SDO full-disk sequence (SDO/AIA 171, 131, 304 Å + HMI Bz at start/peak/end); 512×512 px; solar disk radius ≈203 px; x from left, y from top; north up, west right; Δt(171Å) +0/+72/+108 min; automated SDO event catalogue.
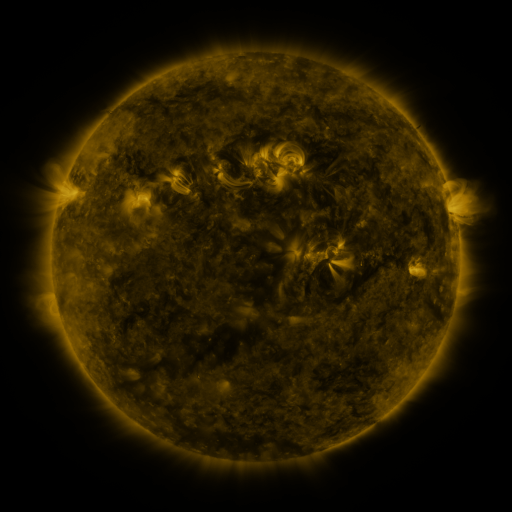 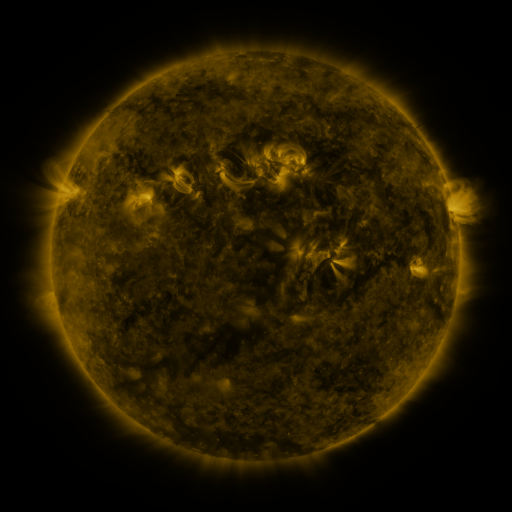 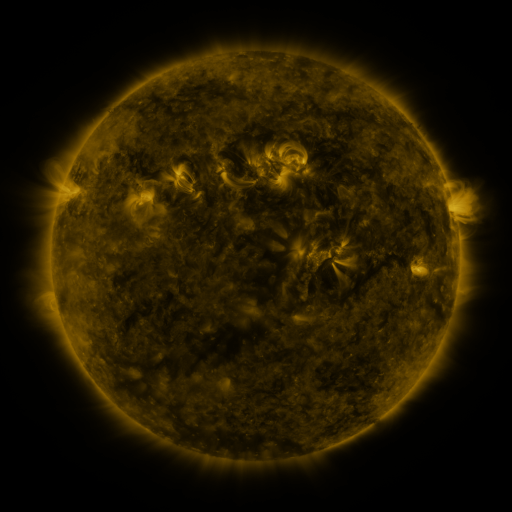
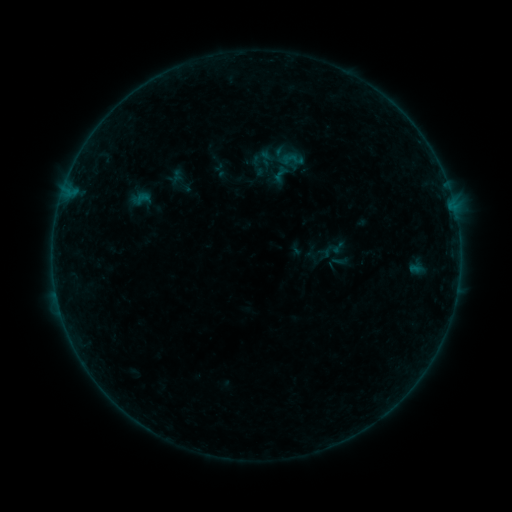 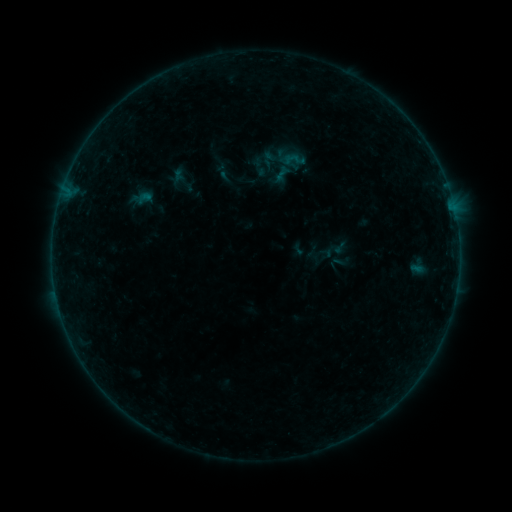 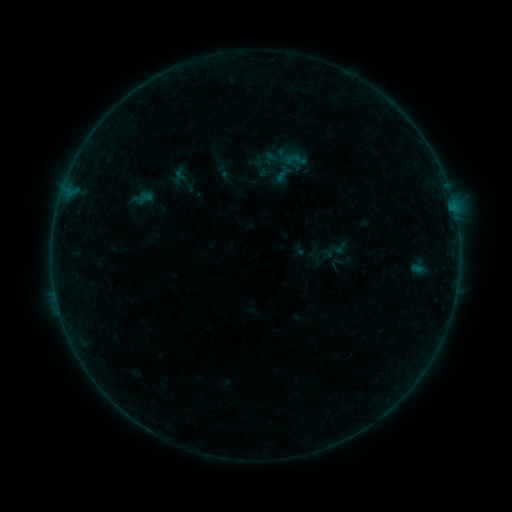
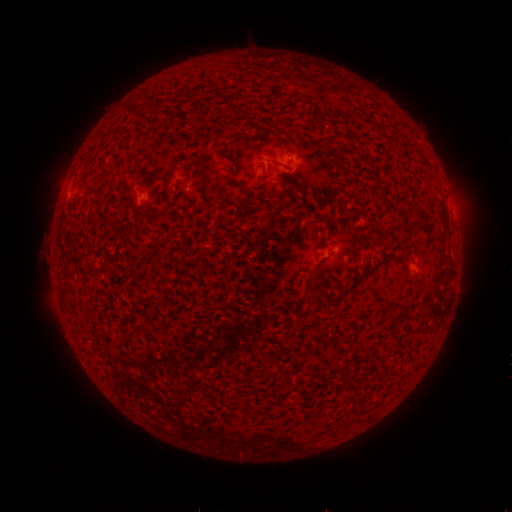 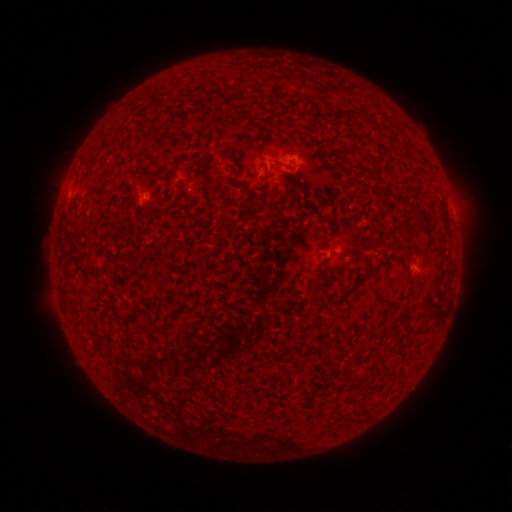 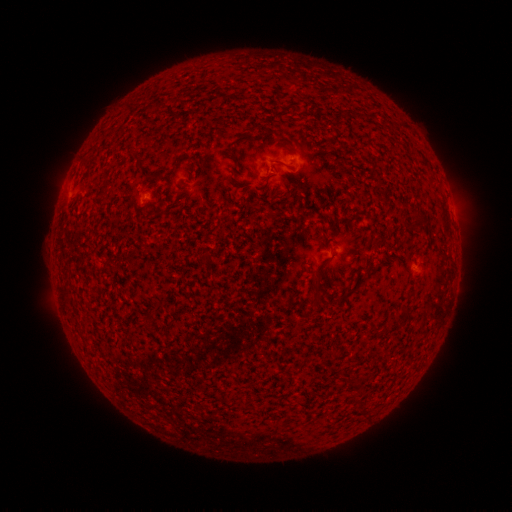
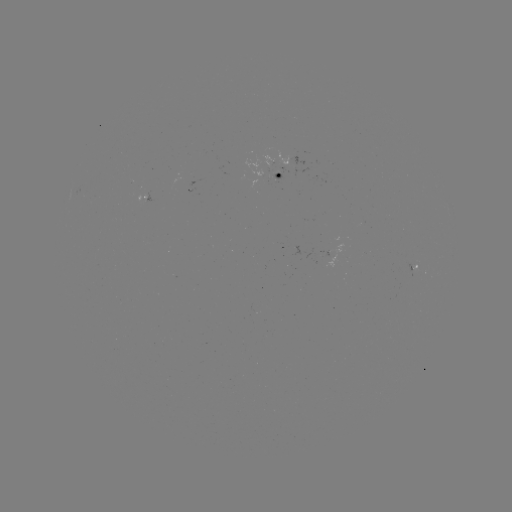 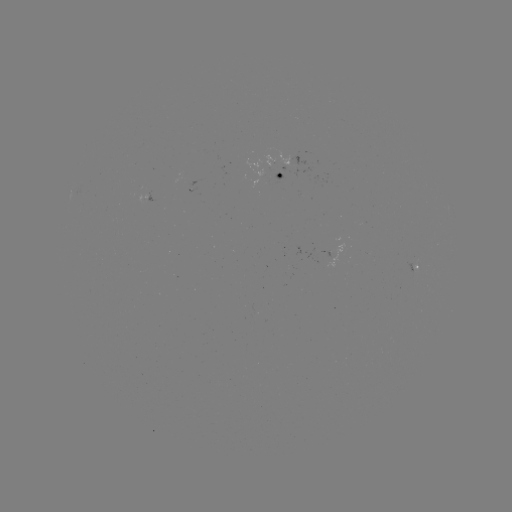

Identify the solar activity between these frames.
emerging-flux region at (147, 194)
